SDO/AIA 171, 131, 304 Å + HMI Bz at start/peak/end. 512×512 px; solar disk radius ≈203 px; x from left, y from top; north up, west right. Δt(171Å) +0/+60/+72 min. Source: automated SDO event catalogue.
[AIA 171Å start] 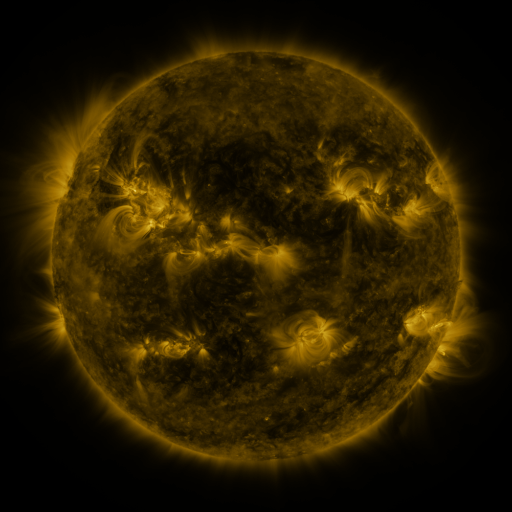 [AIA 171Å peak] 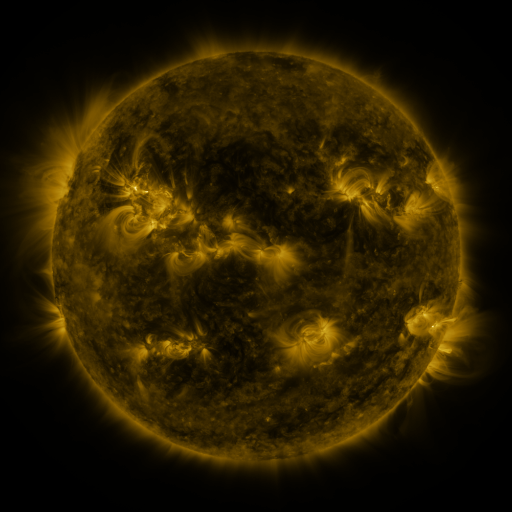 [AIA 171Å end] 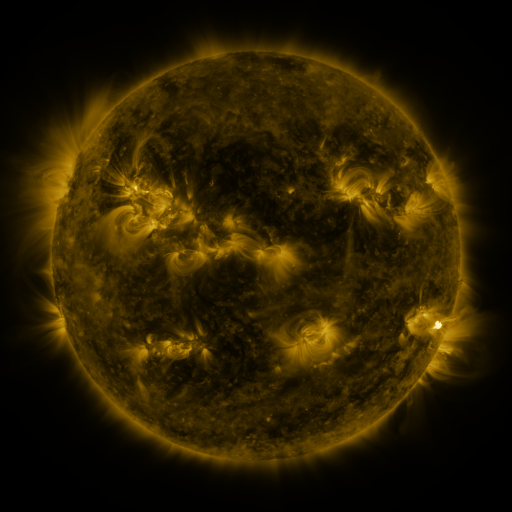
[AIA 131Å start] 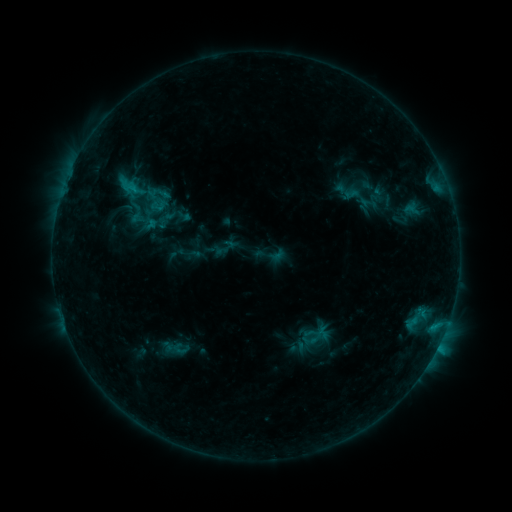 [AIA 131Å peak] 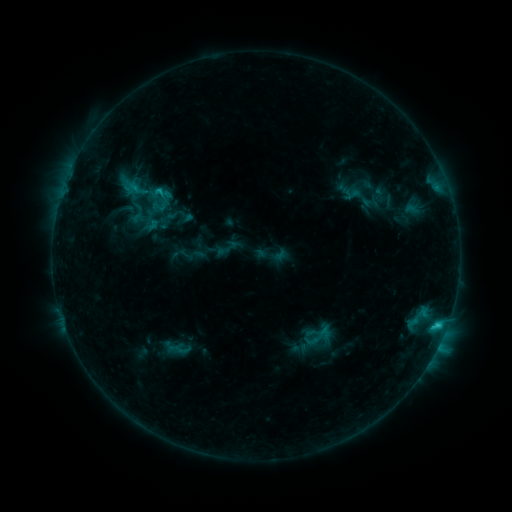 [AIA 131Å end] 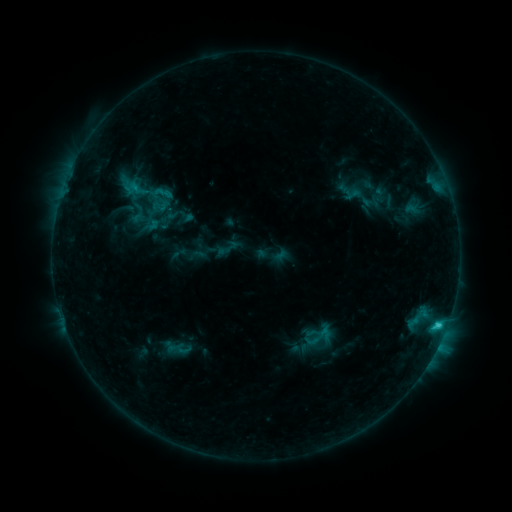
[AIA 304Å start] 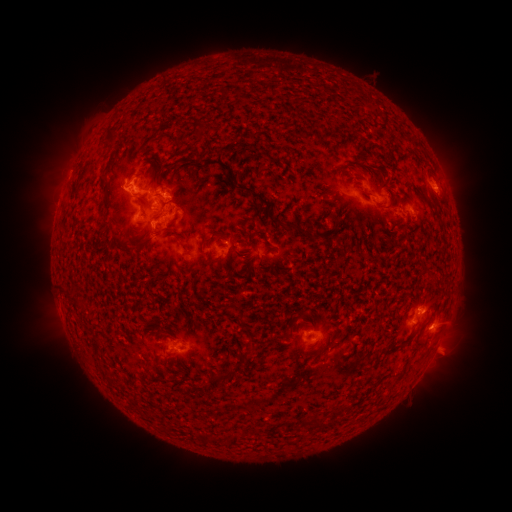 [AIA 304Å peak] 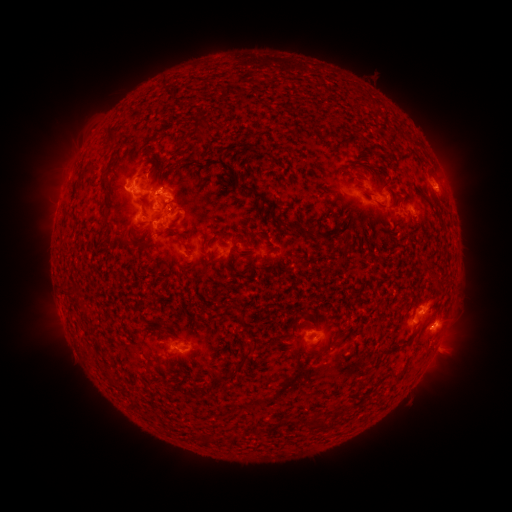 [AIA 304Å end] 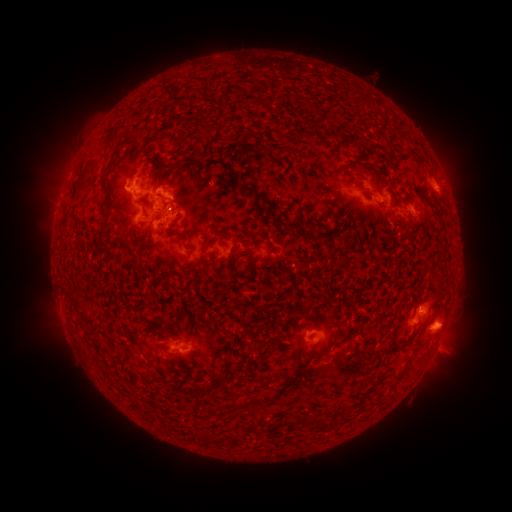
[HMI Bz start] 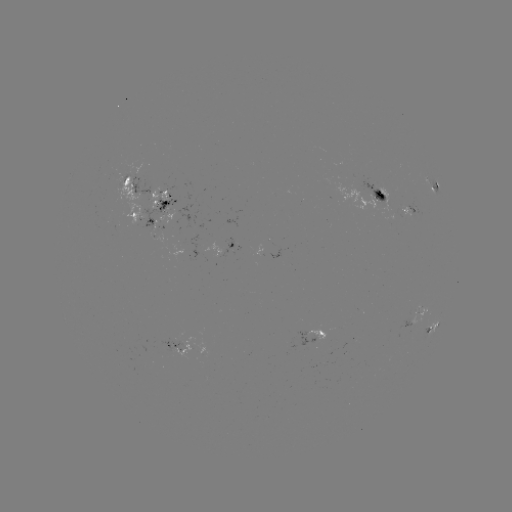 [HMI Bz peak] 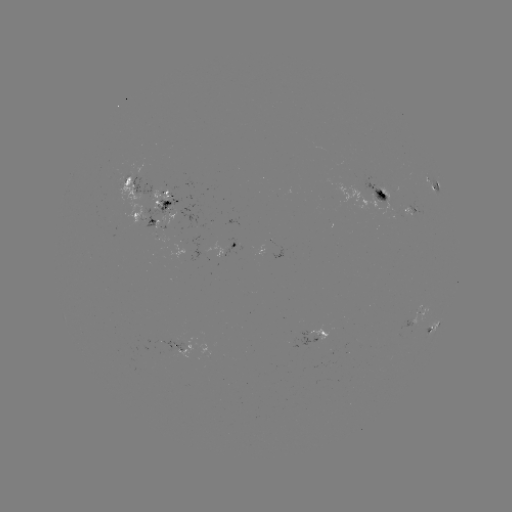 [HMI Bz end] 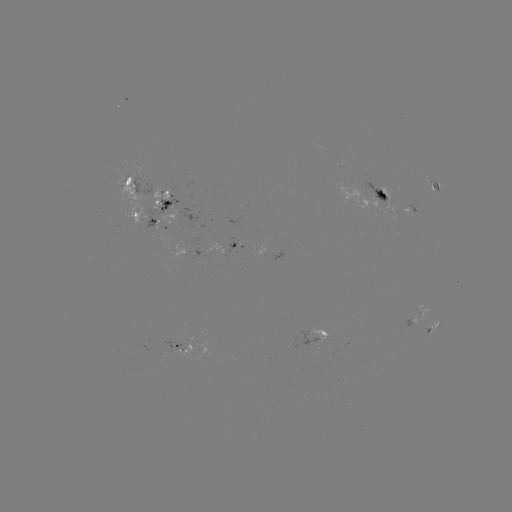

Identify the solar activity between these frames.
emerging-flux region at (378, 197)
